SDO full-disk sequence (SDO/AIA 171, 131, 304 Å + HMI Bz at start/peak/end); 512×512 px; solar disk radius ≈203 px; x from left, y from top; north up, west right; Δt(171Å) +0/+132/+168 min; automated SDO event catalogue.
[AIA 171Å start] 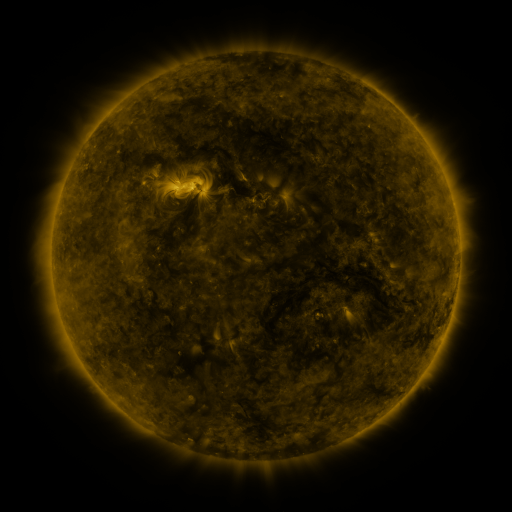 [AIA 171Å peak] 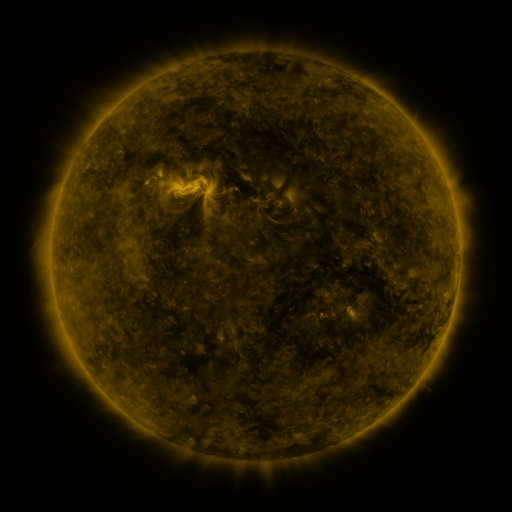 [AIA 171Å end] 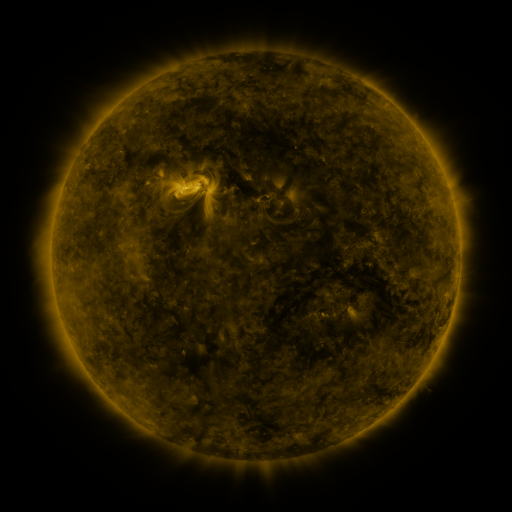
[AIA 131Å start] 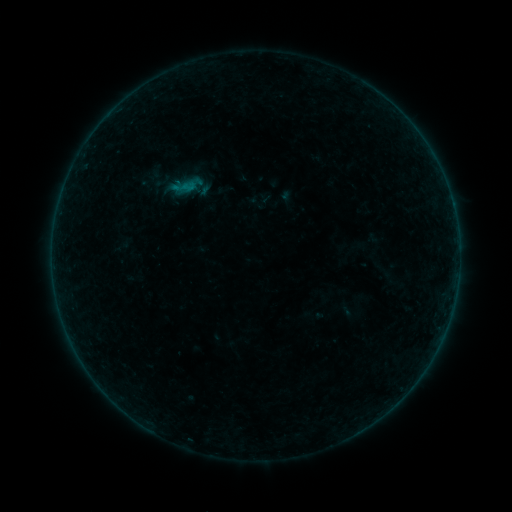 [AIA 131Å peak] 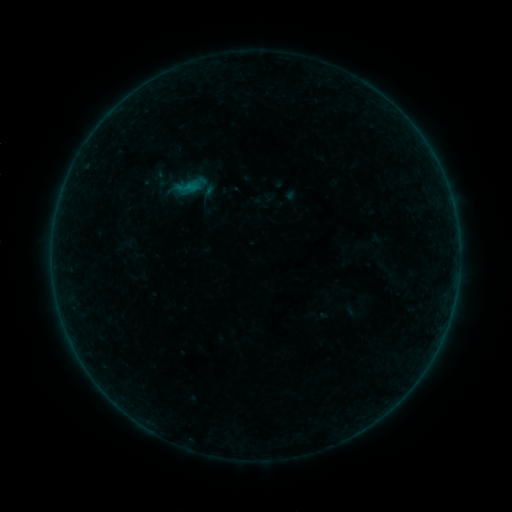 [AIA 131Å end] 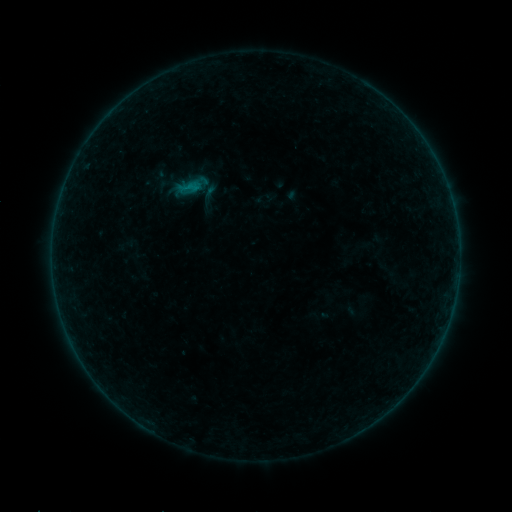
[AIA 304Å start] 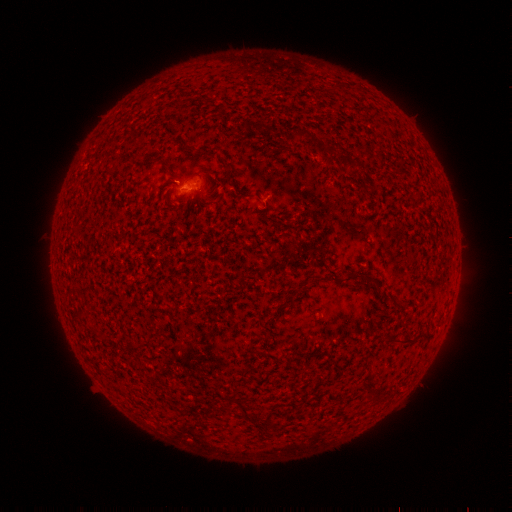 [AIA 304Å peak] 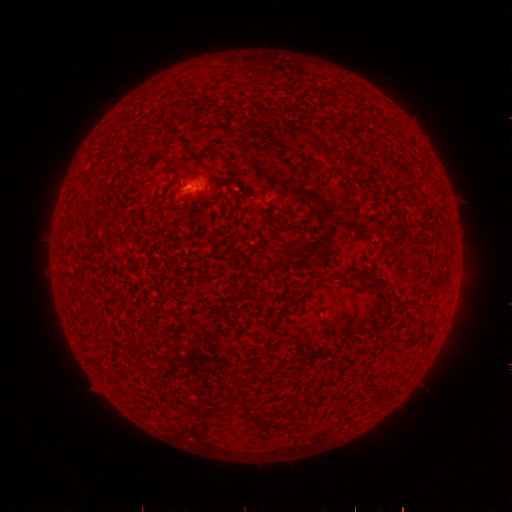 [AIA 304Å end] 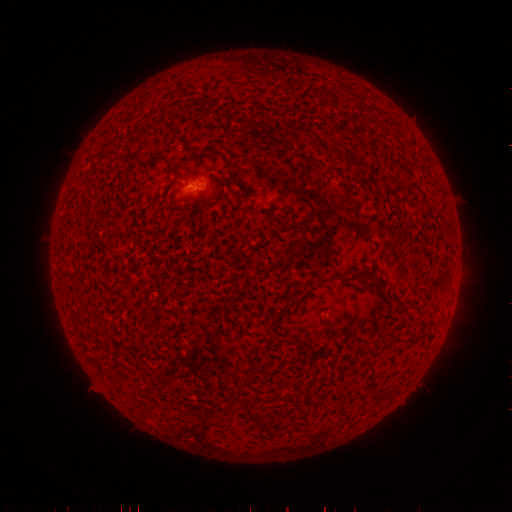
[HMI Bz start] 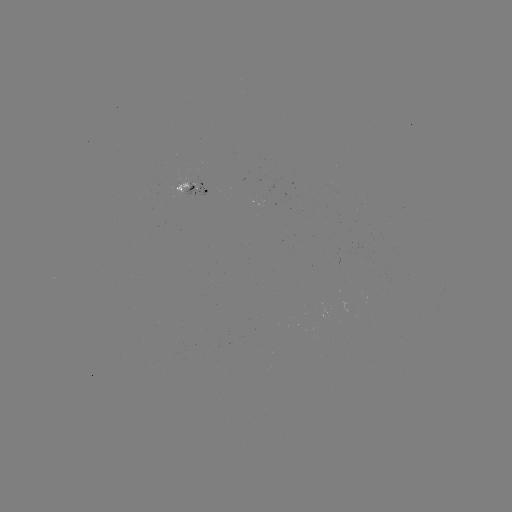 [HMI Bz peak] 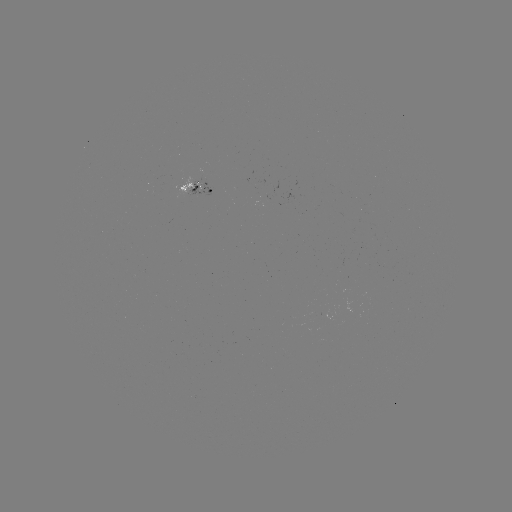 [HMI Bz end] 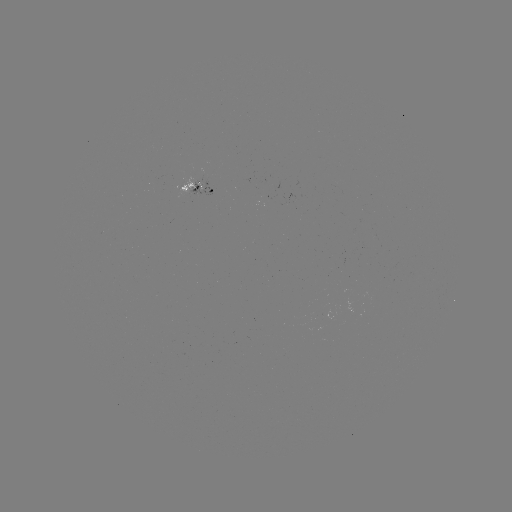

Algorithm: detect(emerging-flux region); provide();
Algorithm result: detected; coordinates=(184, 185)